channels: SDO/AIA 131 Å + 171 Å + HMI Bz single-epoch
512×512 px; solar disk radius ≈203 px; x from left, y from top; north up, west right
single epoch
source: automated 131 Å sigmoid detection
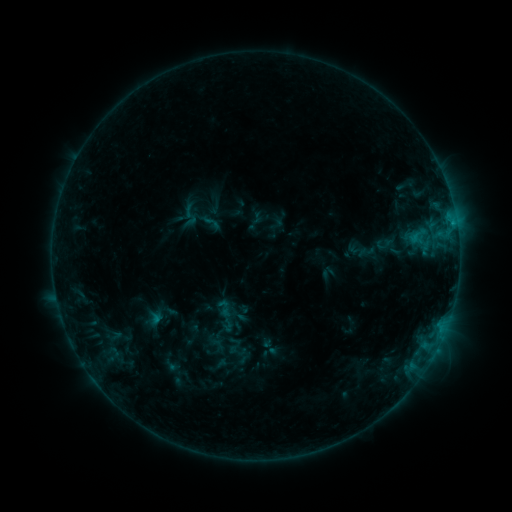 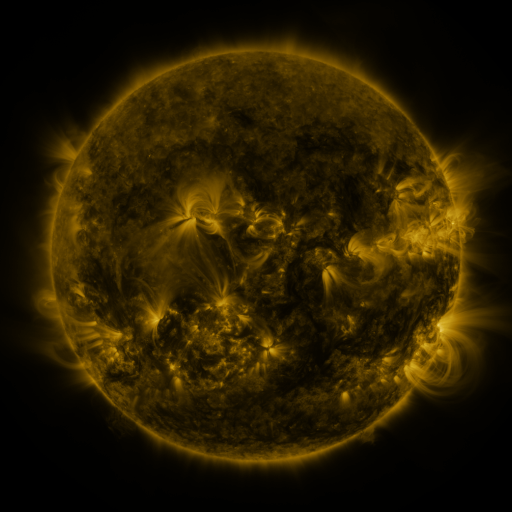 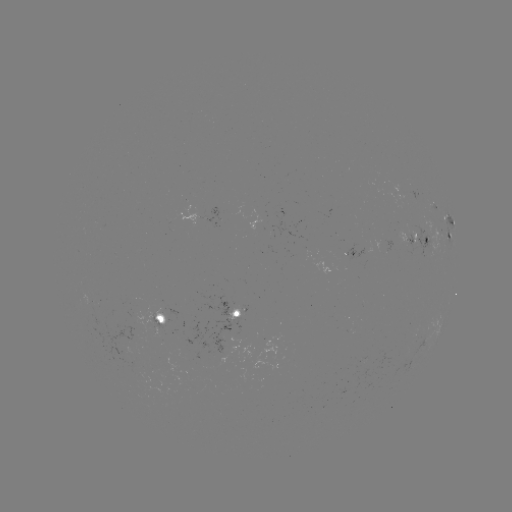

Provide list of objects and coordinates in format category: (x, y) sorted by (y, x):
sigmoid: (211, 222)
